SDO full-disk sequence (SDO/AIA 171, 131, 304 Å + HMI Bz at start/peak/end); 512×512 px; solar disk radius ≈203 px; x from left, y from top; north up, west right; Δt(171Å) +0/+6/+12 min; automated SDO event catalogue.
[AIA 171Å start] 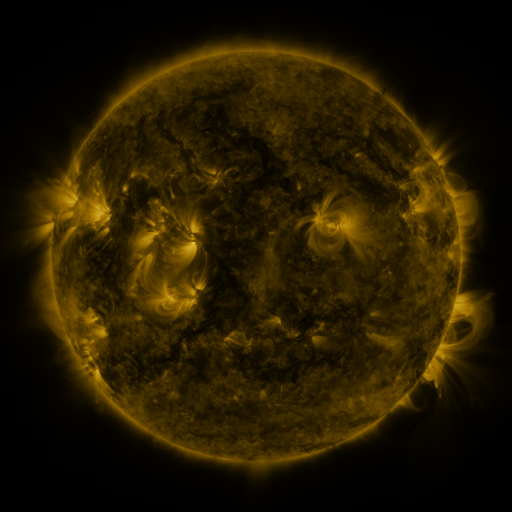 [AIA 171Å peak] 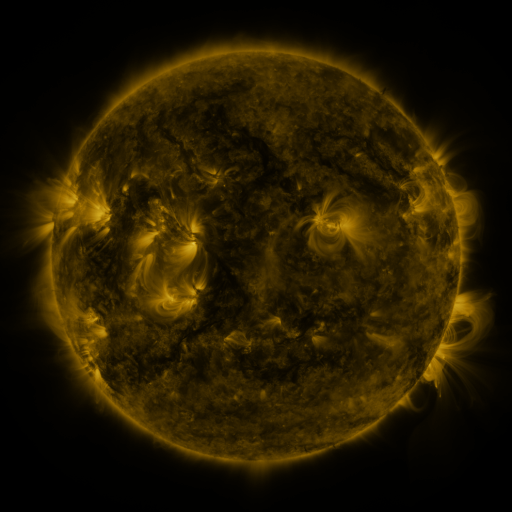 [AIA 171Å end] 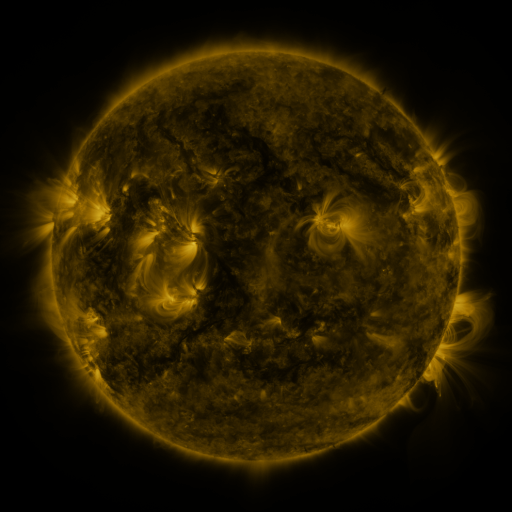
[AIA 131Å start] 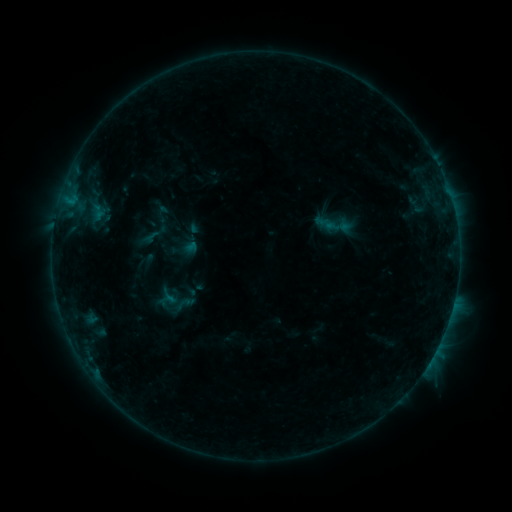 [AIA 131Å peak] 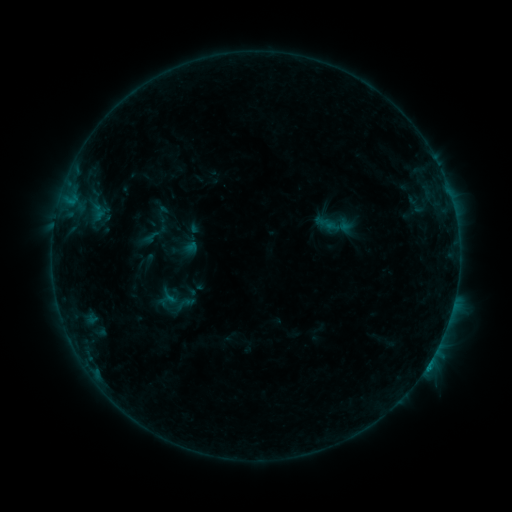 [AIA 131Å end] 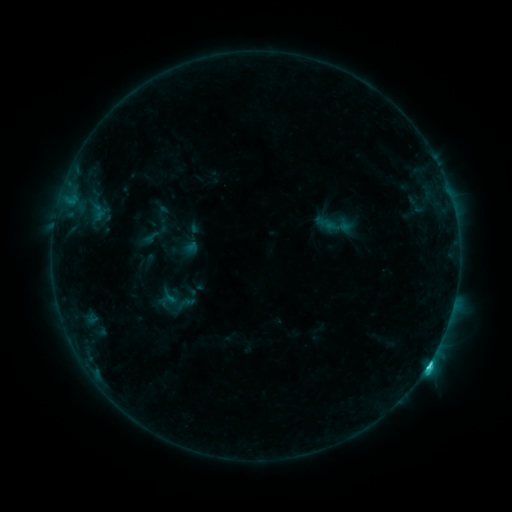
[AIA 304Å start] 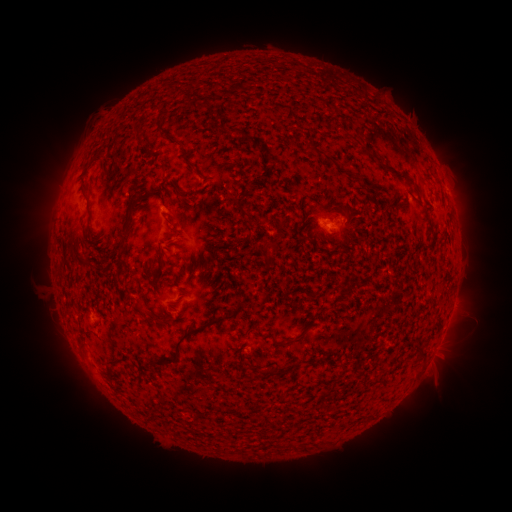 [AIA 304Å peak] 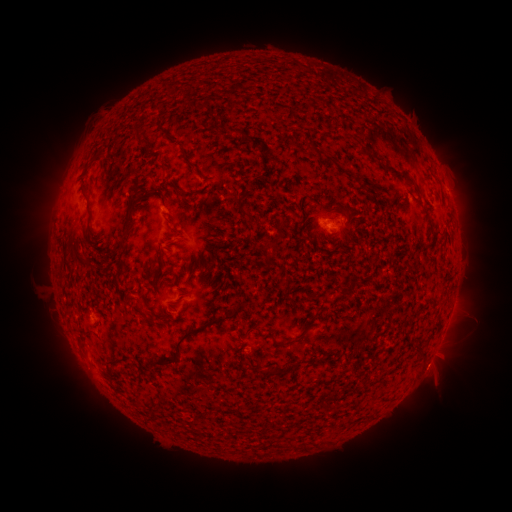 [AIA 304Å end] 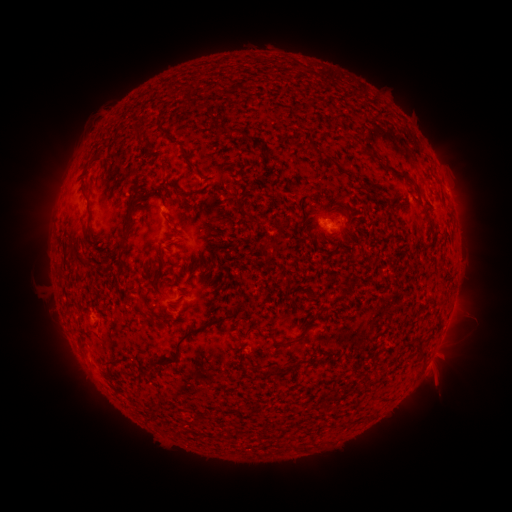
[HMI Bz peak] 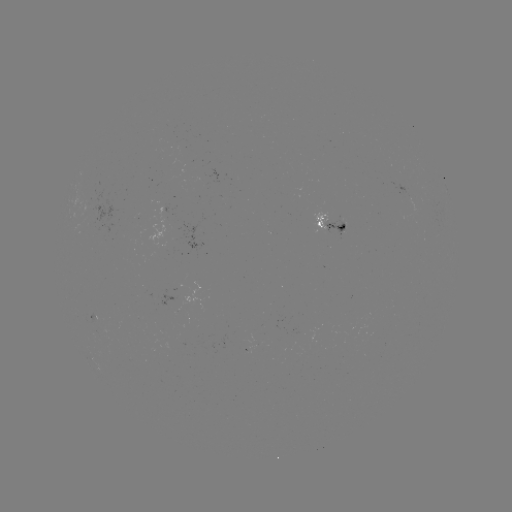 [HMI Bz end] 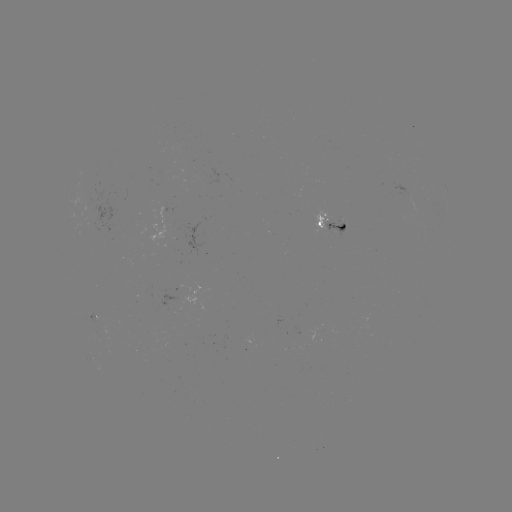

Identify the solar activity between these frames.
eruption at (433, 370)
